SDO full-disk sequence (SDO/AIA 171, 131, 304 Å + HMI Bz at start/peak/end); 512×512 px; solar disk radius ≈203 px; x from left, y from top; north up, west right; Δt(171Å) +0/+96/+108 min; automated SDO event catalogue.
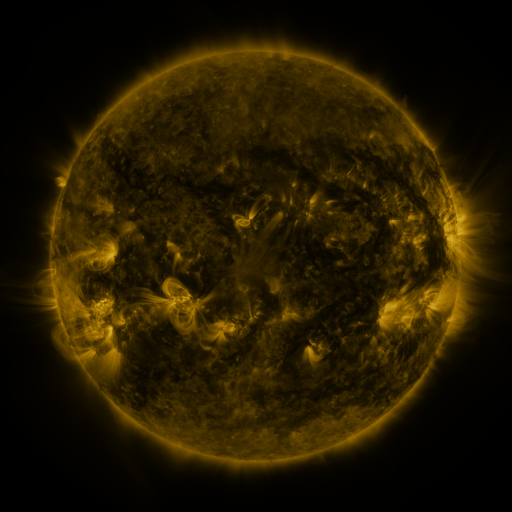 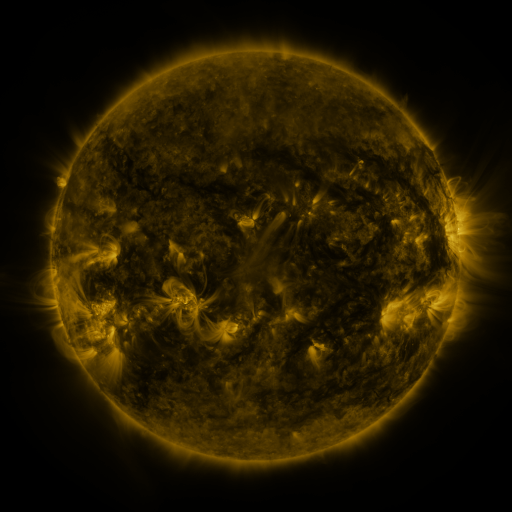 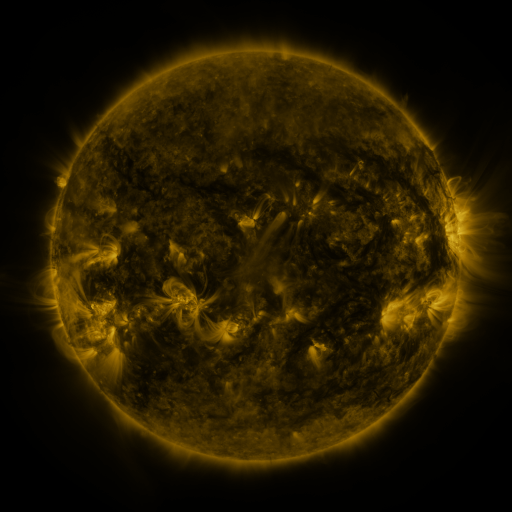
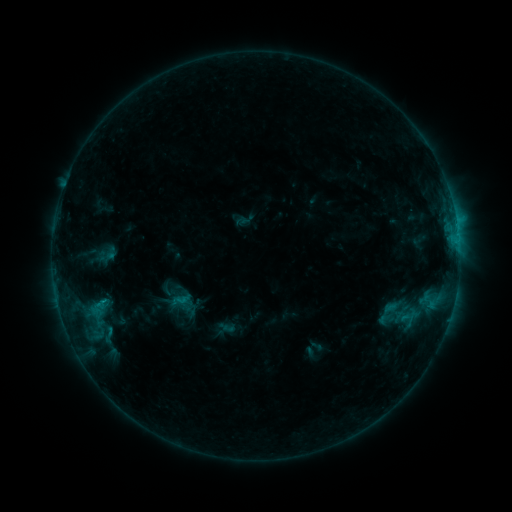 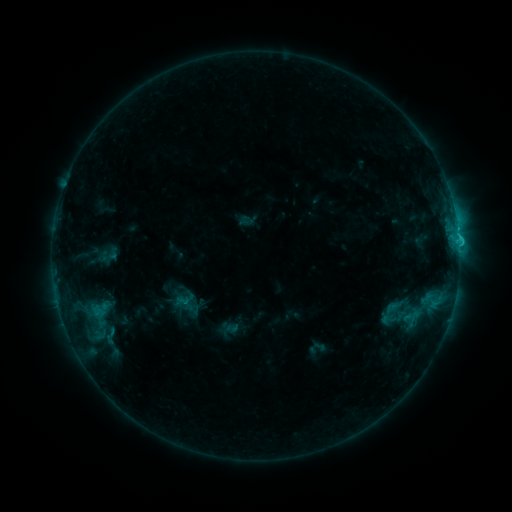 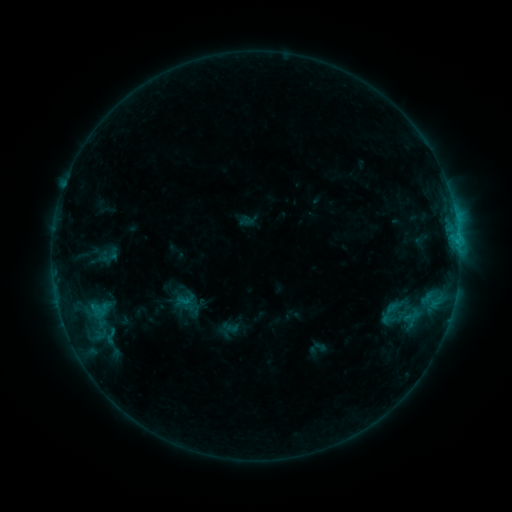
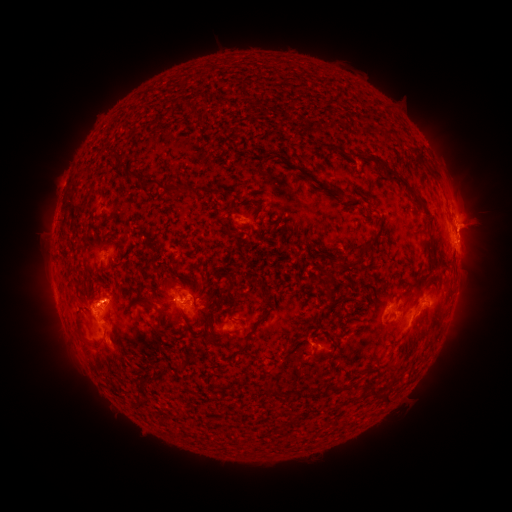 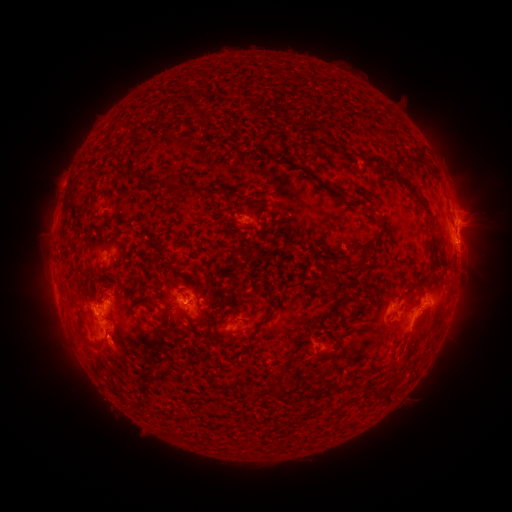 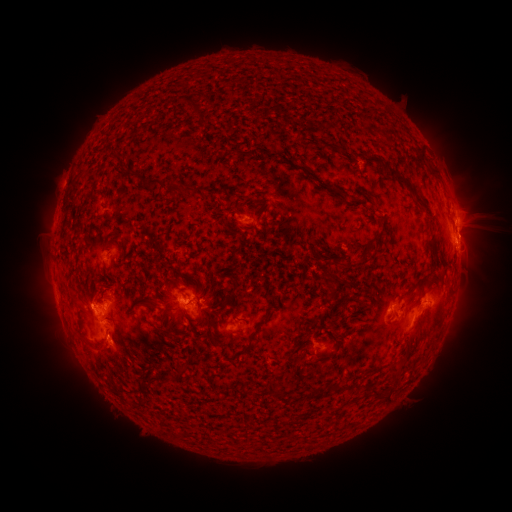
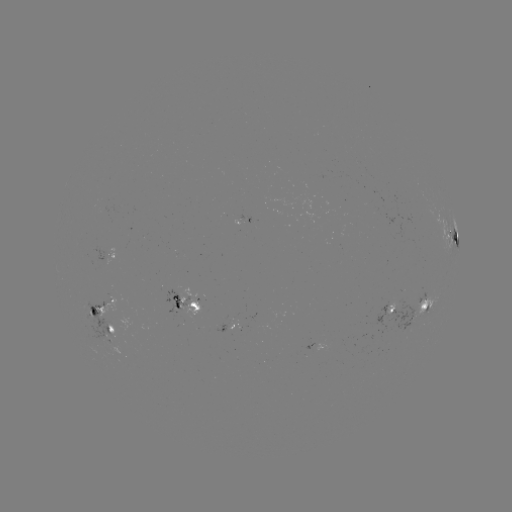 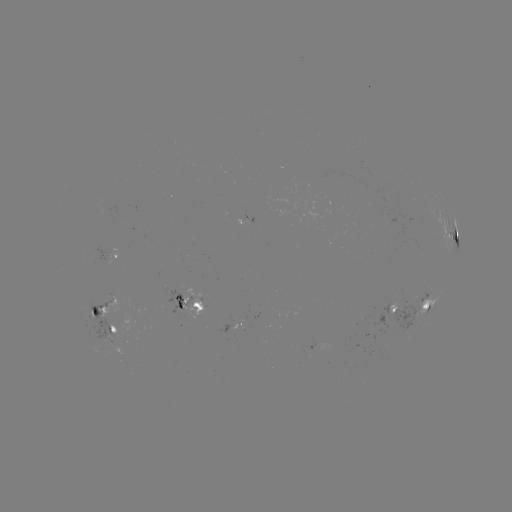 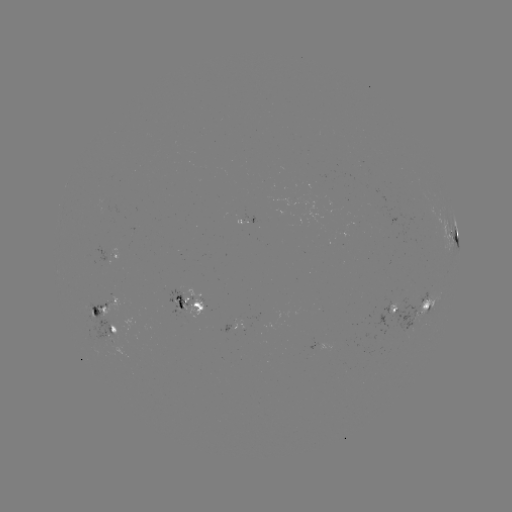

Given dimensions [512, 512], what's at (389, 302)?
emerging-flux region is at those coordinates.